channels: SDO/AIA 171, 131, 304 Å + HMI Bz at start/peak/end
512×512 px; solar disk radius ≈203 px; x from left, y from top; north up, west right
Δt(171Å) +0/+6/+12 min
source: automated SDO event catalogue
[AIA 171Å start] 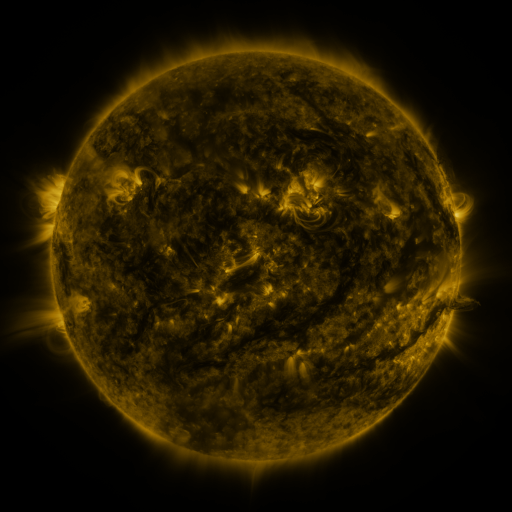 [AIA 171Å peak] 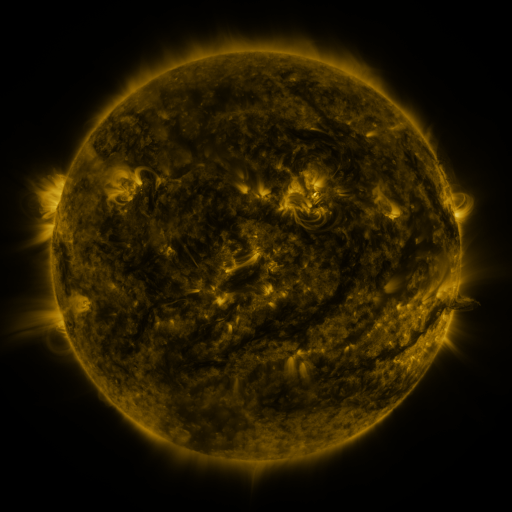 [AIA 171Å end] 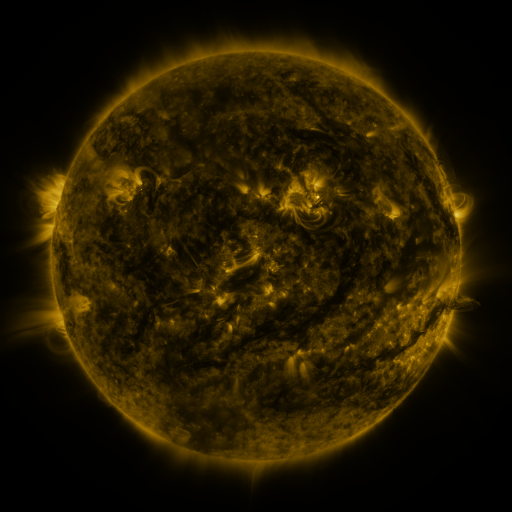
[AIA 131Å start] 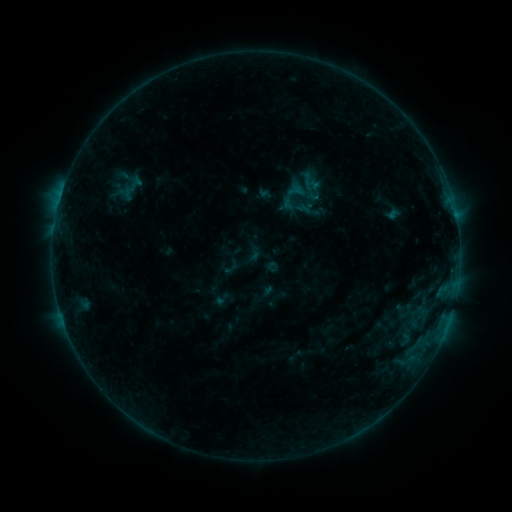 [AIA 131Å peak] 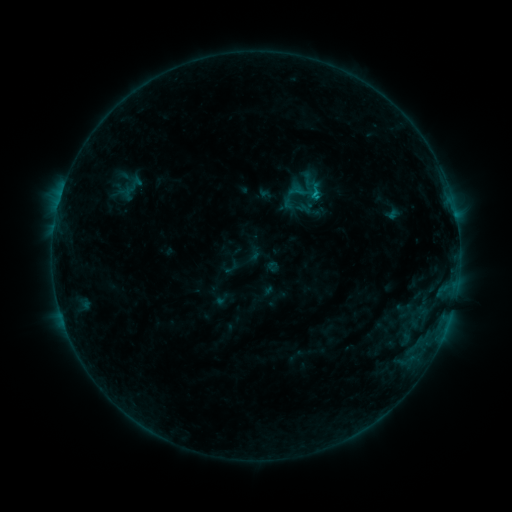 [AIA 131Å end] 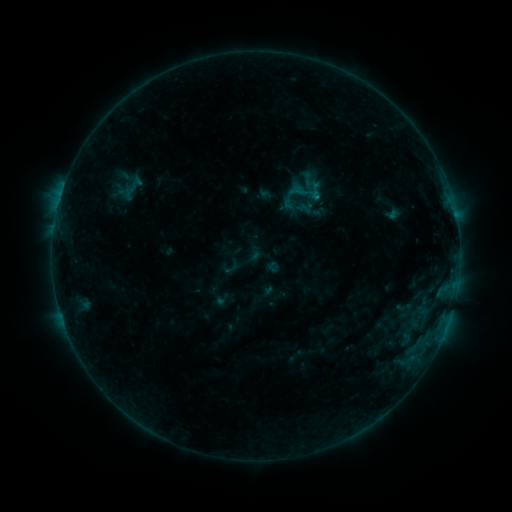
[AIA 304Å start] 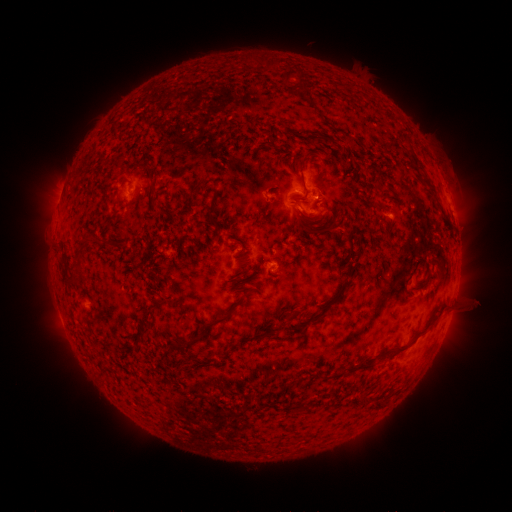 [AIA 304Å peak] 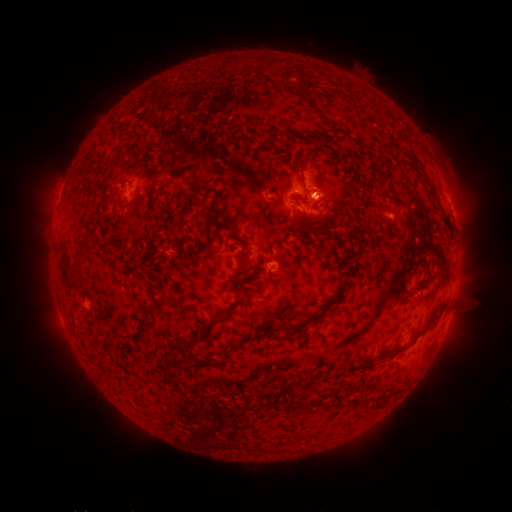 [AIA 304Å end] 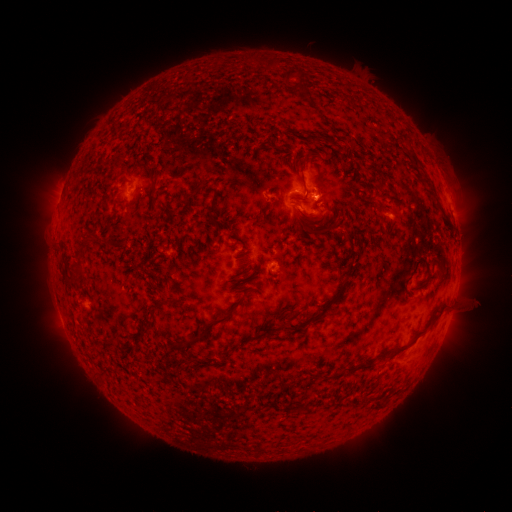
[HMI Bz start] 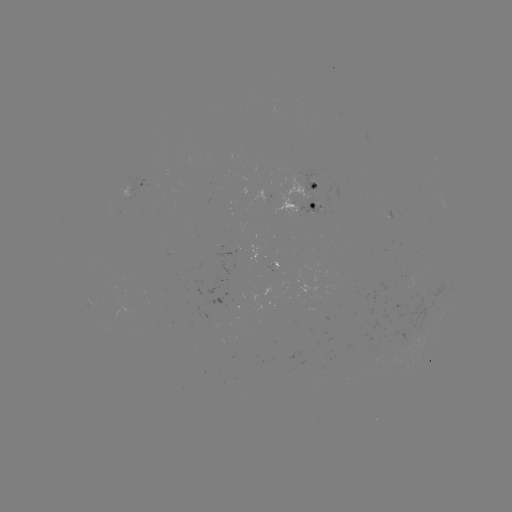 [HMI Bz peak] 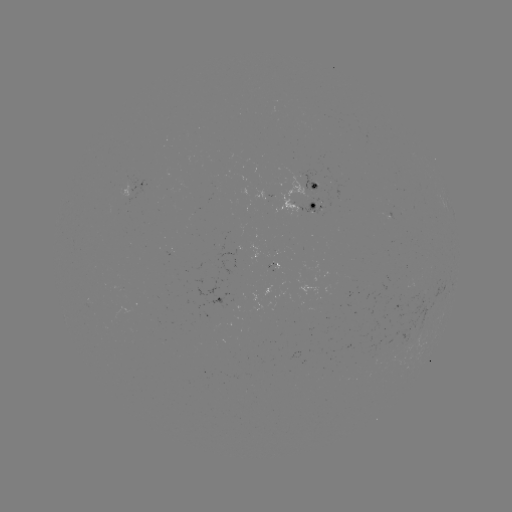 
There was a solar flare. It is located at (314, 194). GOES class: B6.2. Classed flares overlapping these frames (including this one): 1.